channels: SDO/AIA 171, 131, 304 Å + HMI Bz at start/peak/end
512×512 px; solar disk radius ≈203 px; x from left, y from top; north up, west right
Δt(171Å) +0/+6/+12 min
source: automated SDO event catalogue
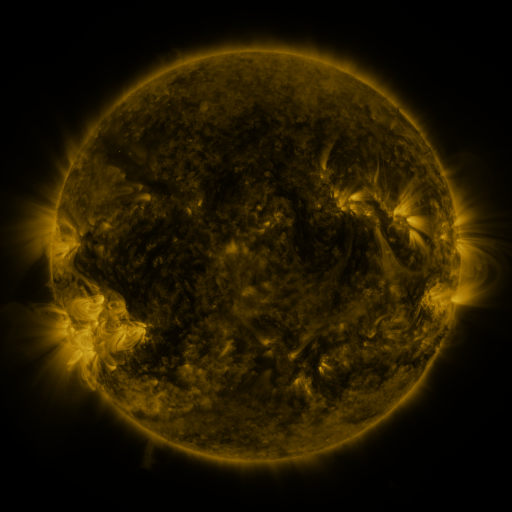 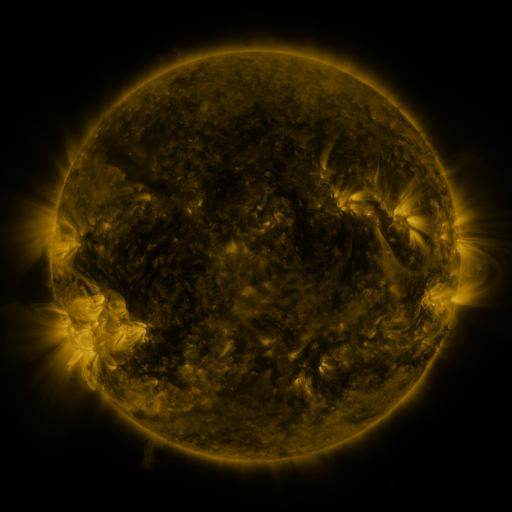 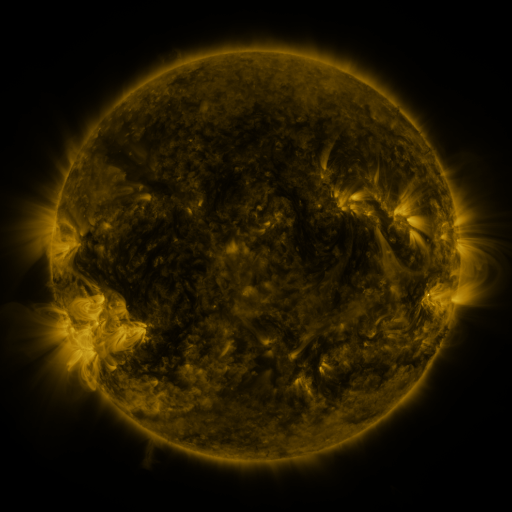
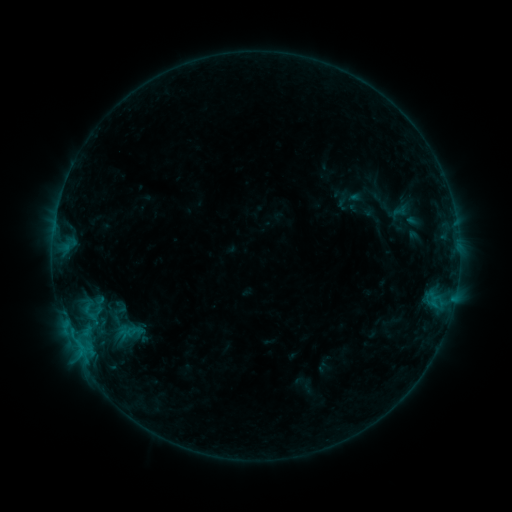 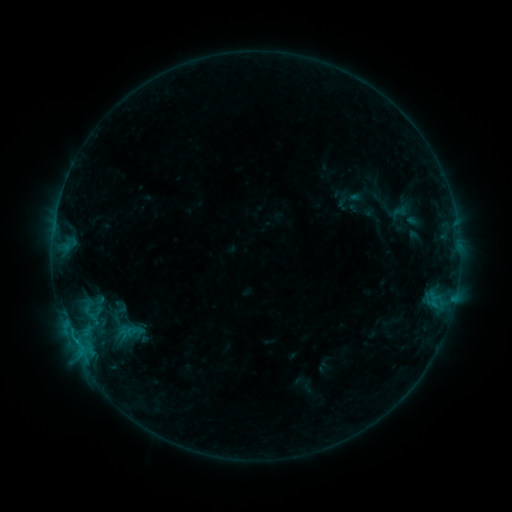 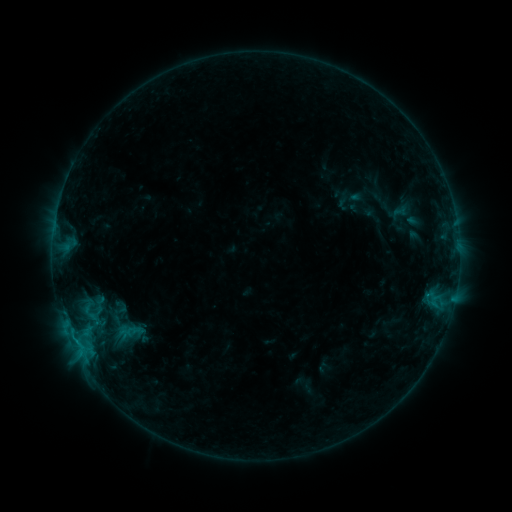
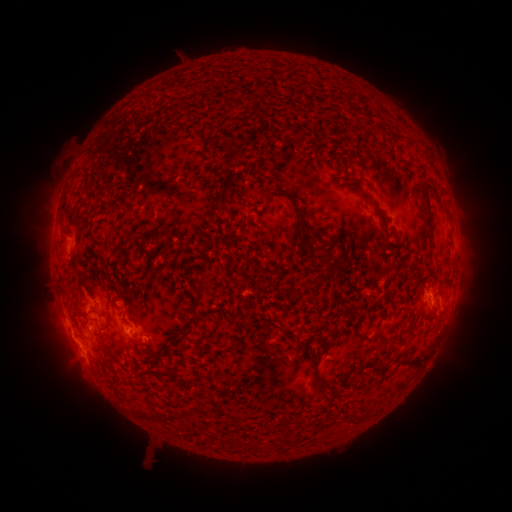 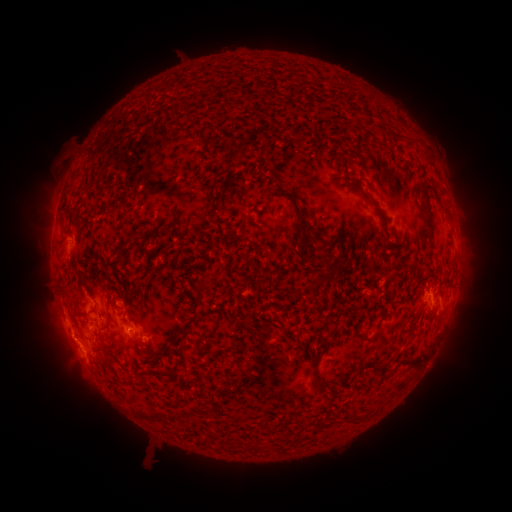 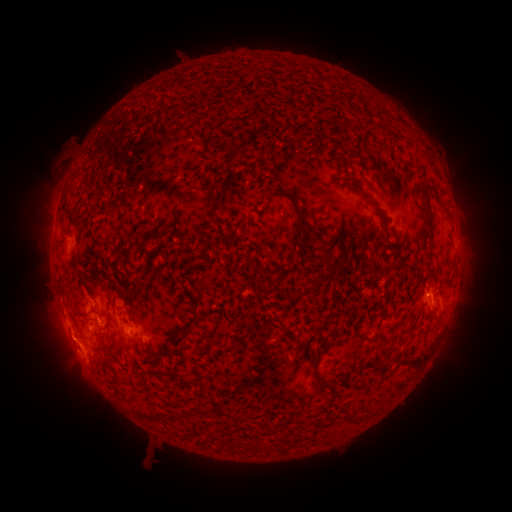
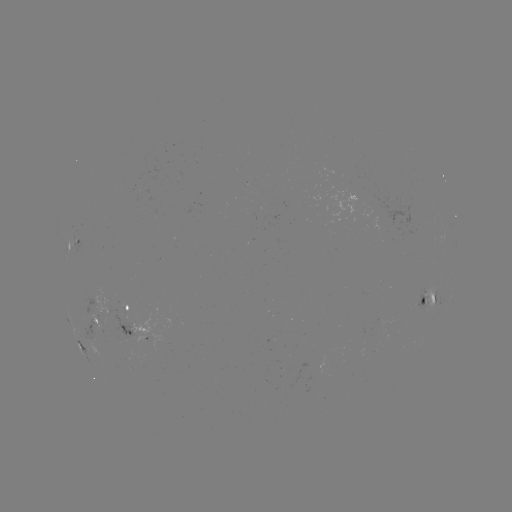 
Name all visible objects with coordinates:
B6.1 flare: (76, 339)
